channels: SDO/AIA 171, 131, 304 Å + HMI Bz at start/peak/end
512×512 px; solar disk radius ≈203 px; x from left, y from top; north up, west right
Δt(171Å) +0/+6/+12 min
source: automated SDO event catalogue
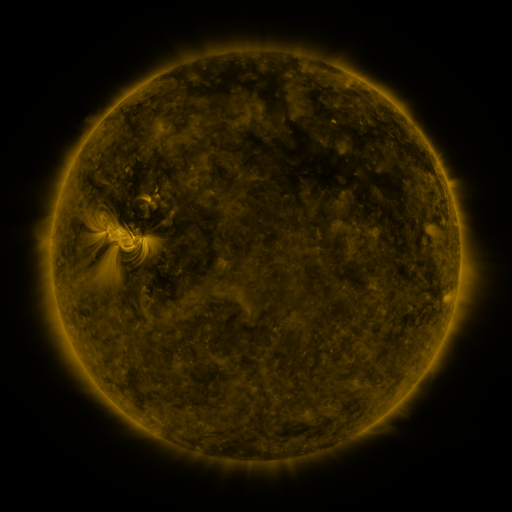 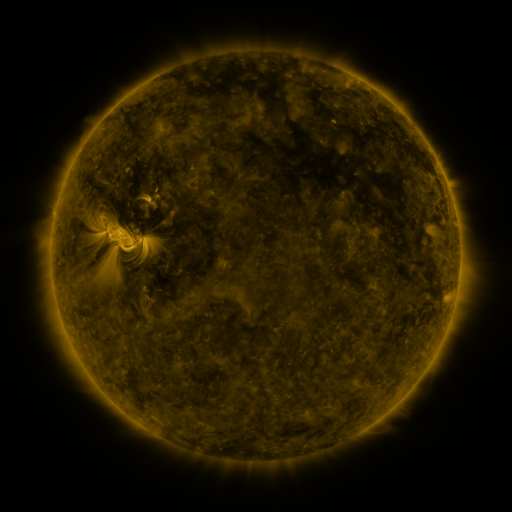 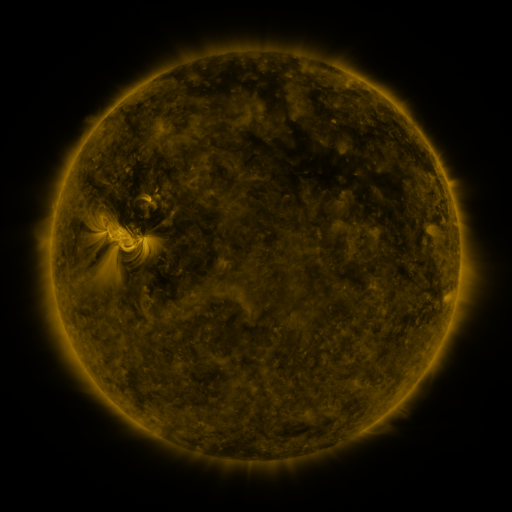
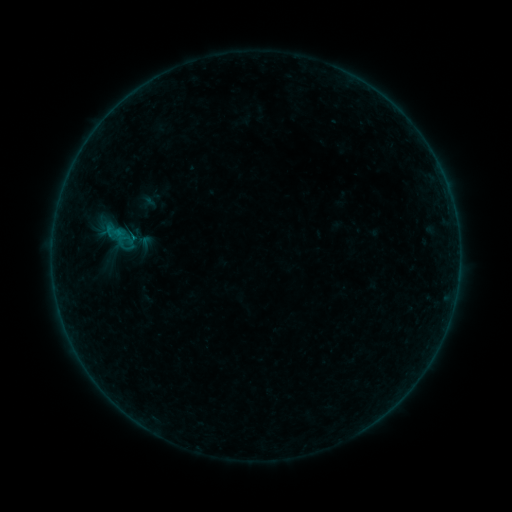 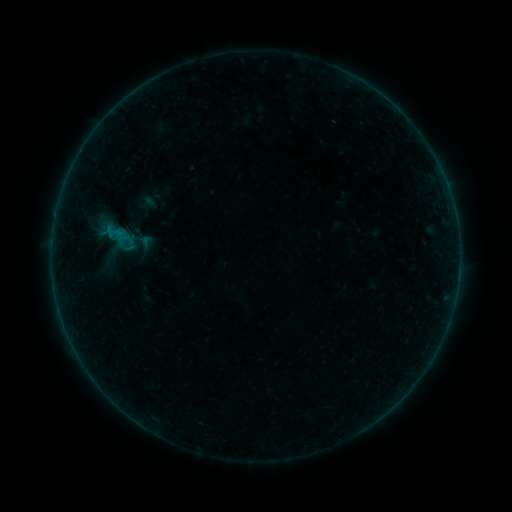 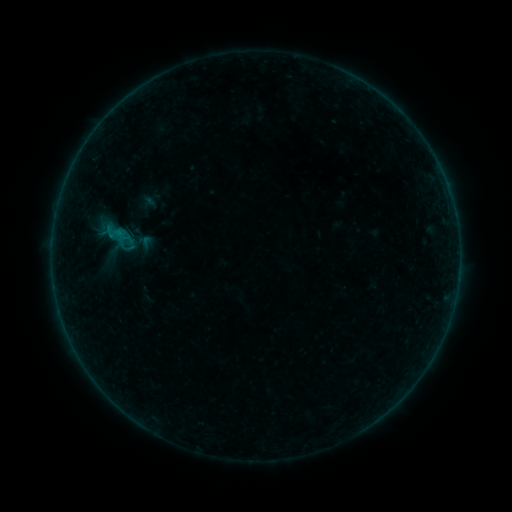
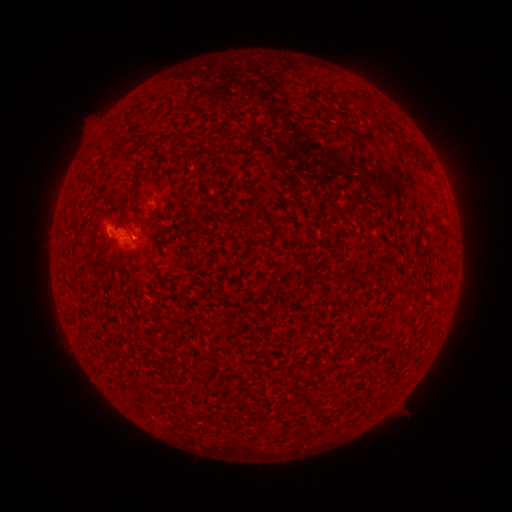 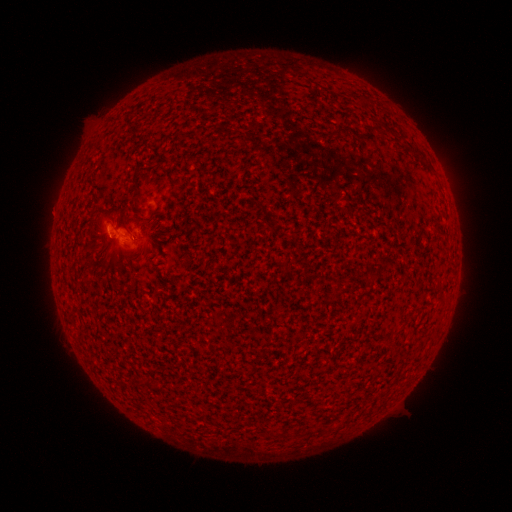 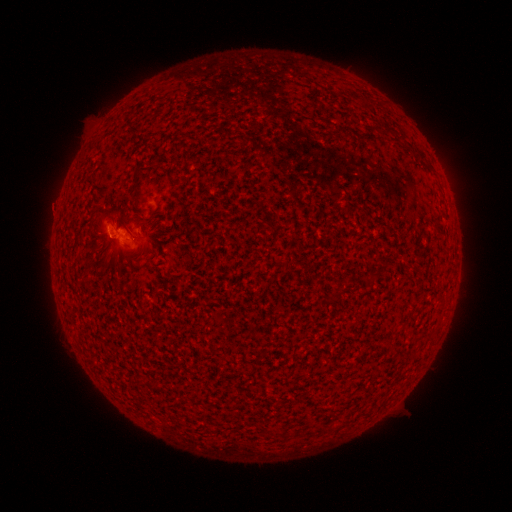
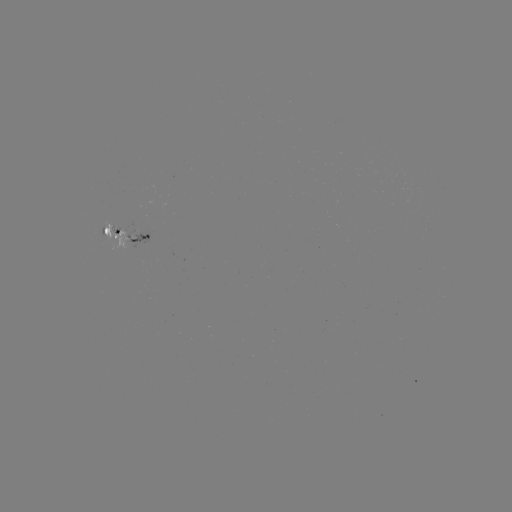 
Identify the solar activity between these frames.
B1.3 flare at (114, 237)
